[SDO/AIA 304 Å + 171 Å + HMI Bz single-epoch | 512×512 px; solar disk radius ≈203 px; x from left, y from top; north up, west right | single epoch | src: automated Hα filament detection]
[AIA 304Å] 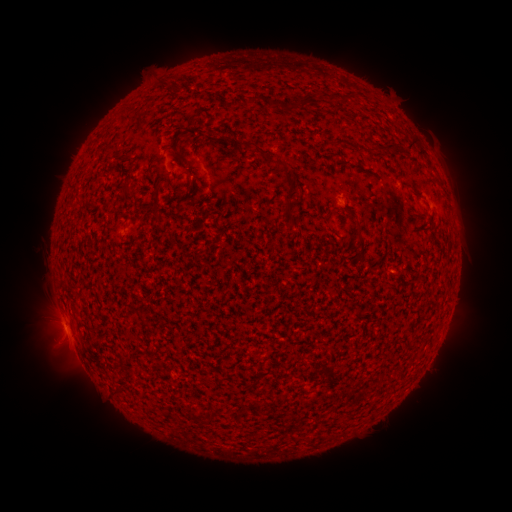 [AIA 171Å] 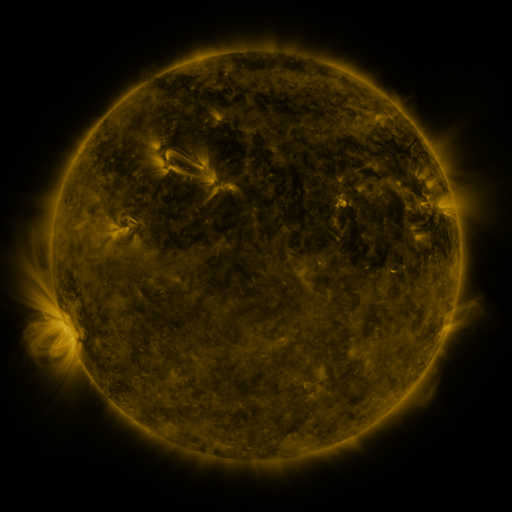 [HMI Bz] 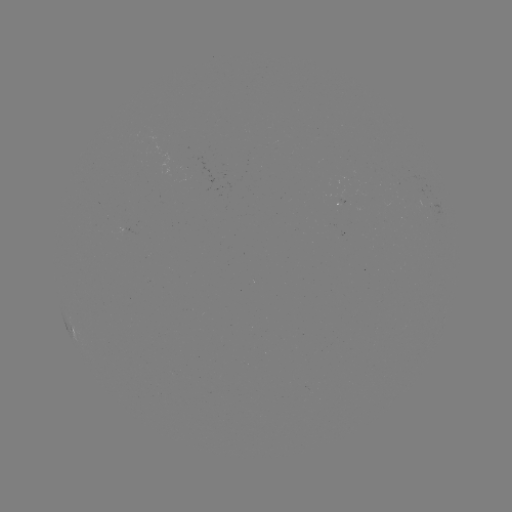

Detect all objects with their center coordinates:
filament: [330, 95, 339, 104]
filament: [283, 96, 314, 112]
filament: [266, 97, 277, 110]
filament: [189, 116, 198, 126]
filament: [408, 138, 419, 153]
filament: [243, 139, 295, 187]
filament: [363, 144, 396, 155]
filament: [417, 150, 426, 159]
filament: [326, 151, 342, 159]
filament: [175, 179, 197, 212]
filament: [282, 198, 293, 212]
filament: [354, 227, 366, 263]
